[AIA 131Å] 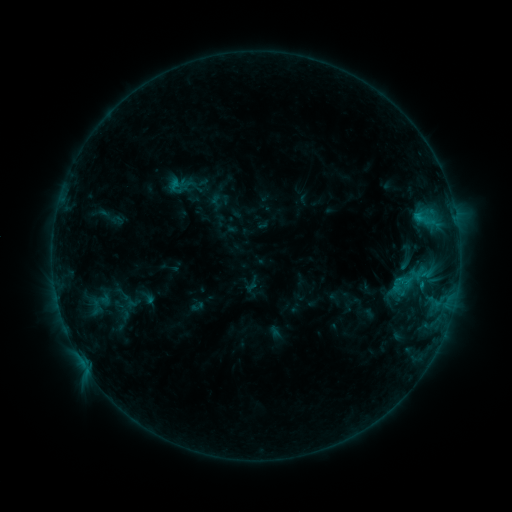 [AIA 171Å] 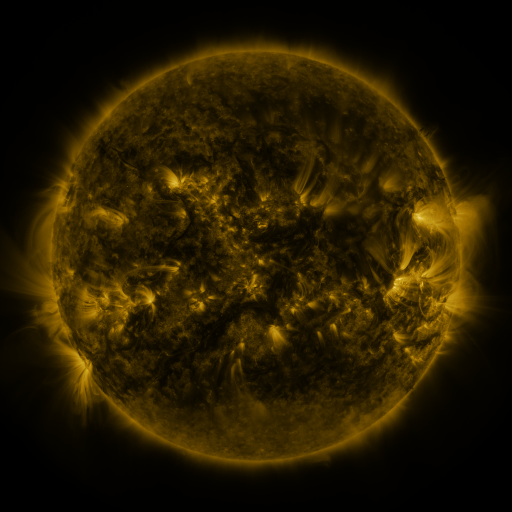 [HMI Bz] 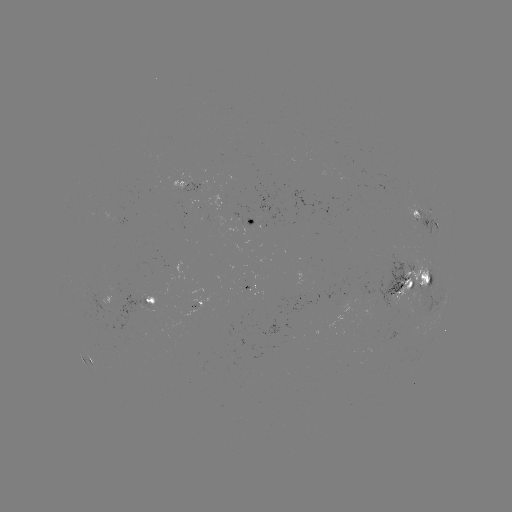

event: sigmoid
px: (178, 187)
